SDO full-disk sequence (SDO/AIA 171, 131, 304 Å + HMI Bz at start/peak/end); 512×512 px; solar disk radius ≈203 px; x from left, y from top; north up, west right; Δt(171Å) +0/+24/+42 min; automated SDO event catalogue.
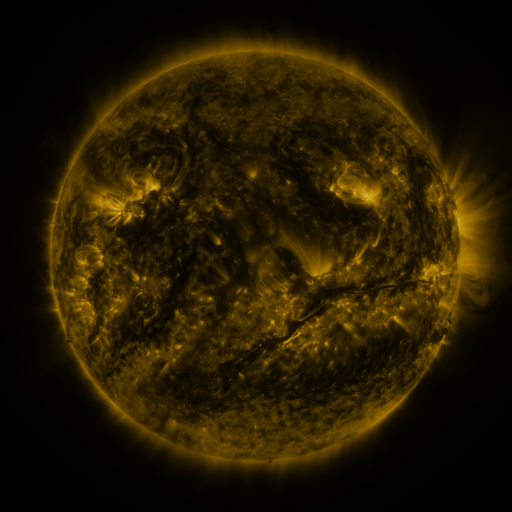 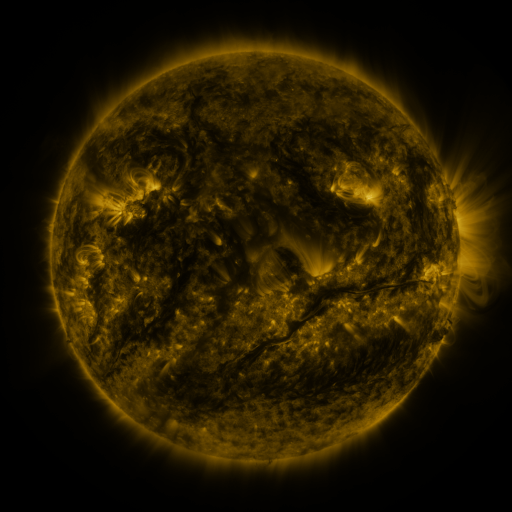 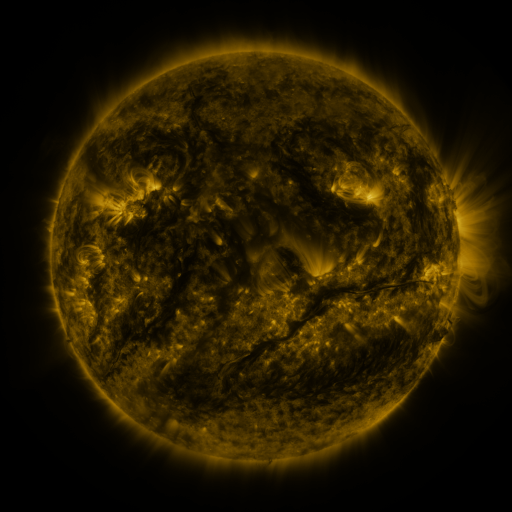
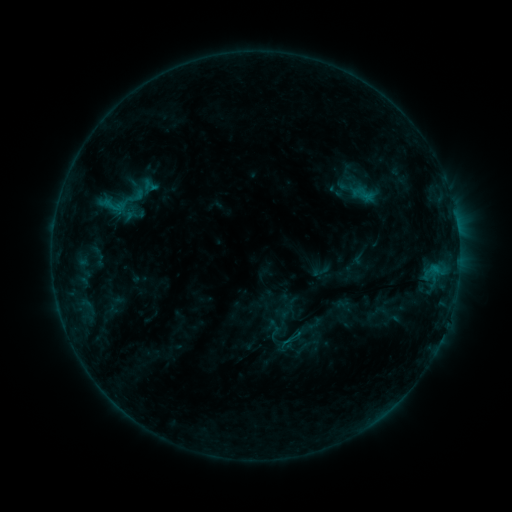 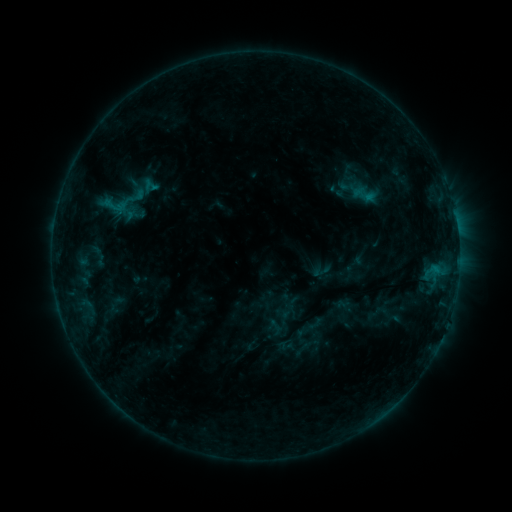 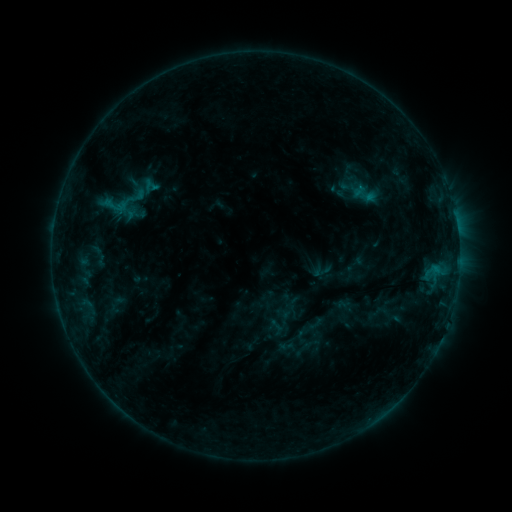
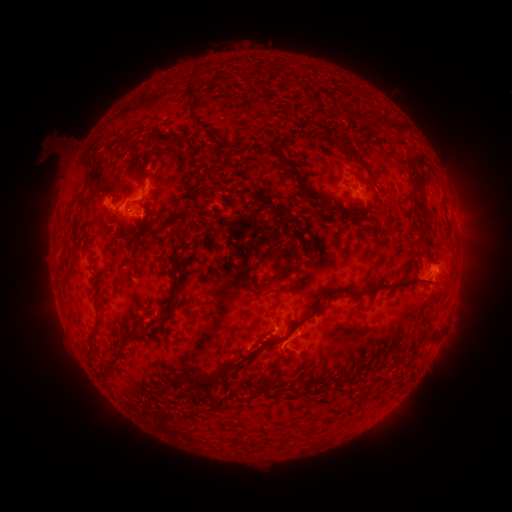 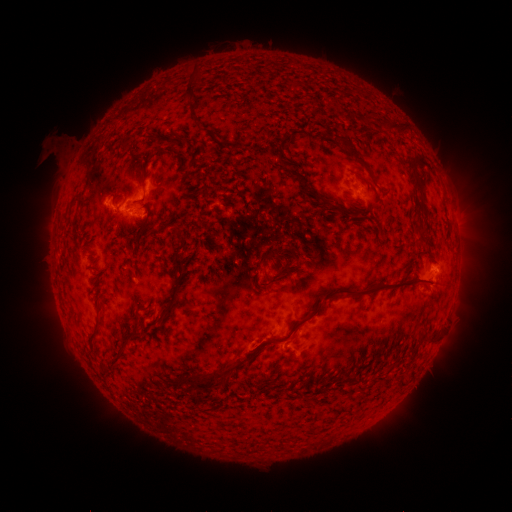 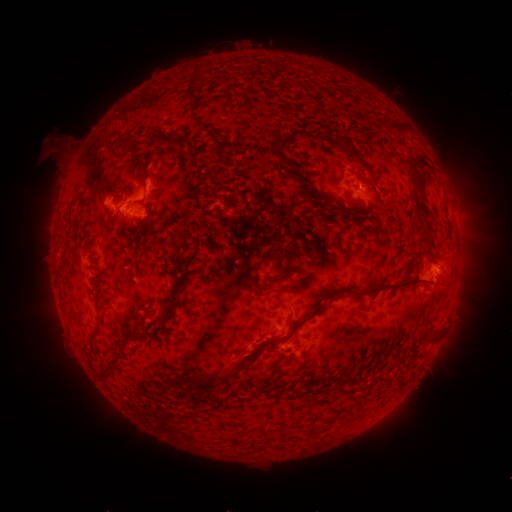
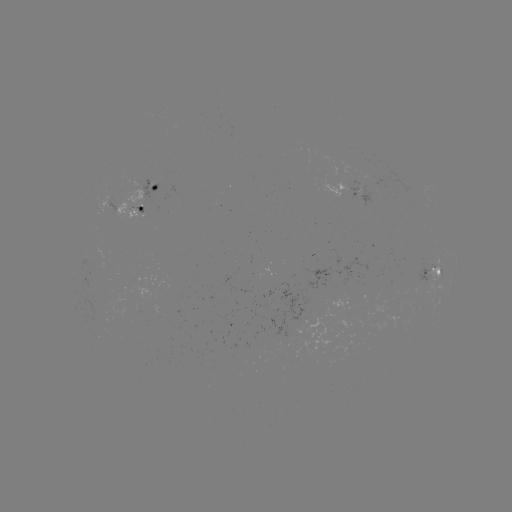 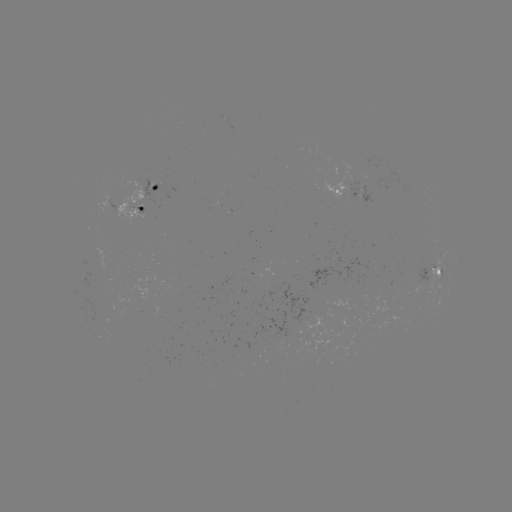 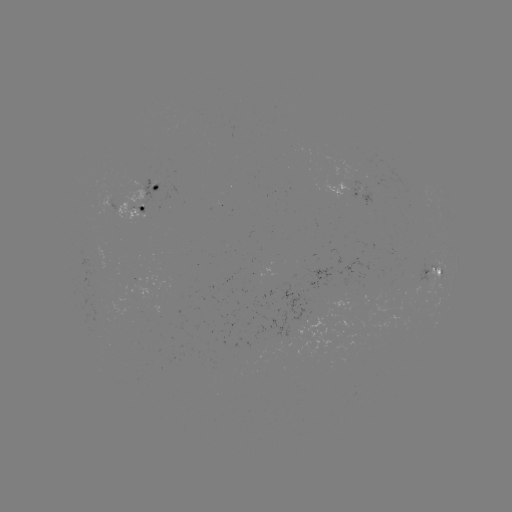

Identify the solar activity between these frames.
eruption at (251, 355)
